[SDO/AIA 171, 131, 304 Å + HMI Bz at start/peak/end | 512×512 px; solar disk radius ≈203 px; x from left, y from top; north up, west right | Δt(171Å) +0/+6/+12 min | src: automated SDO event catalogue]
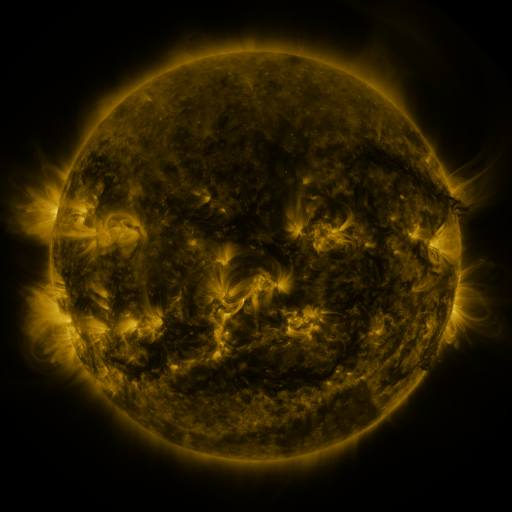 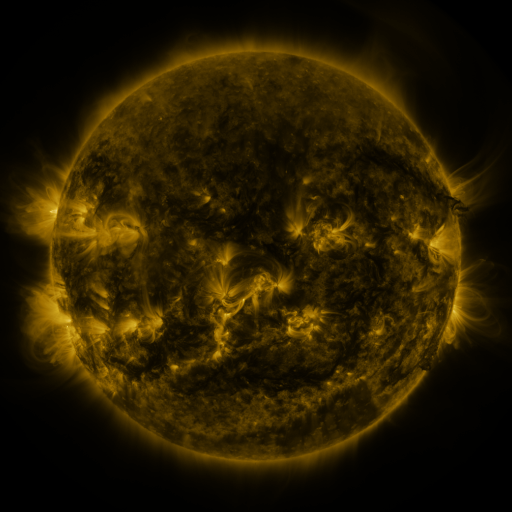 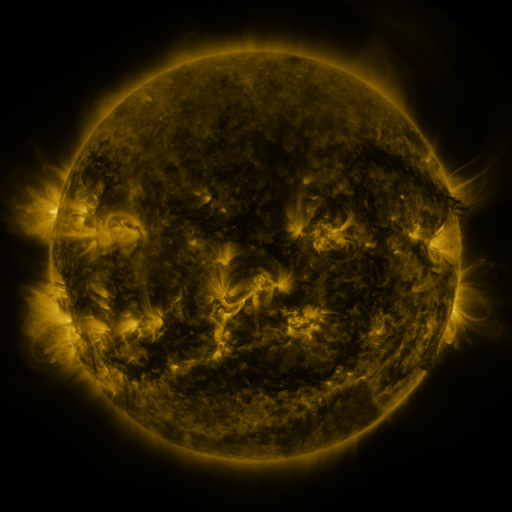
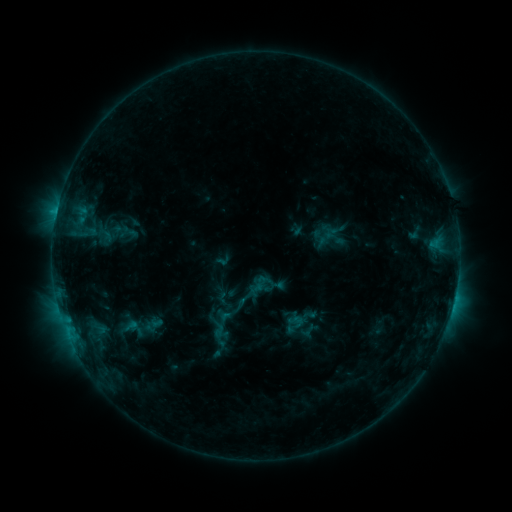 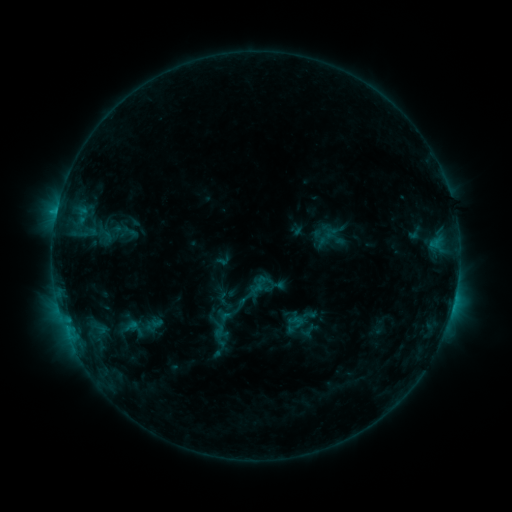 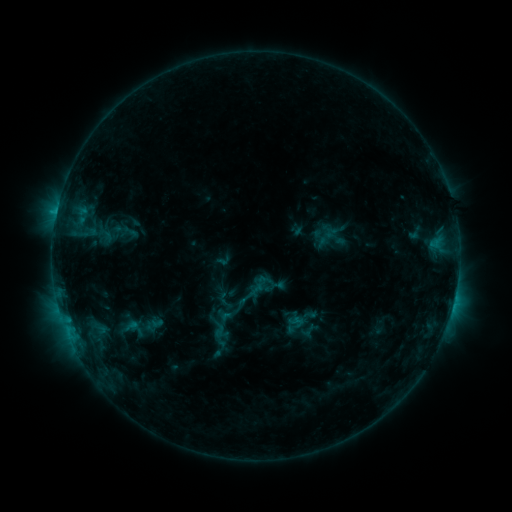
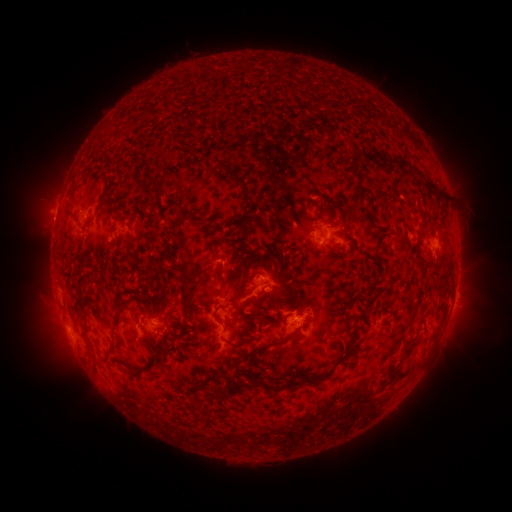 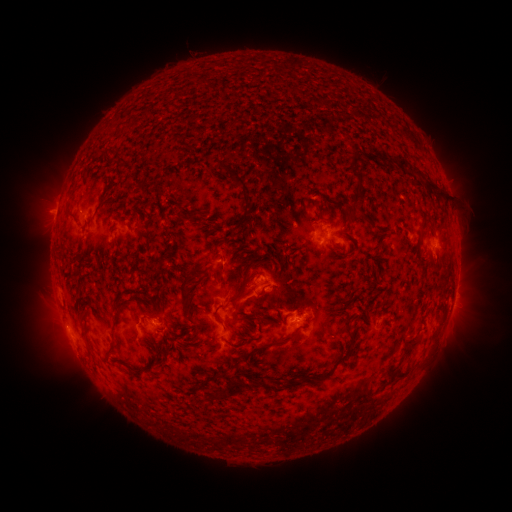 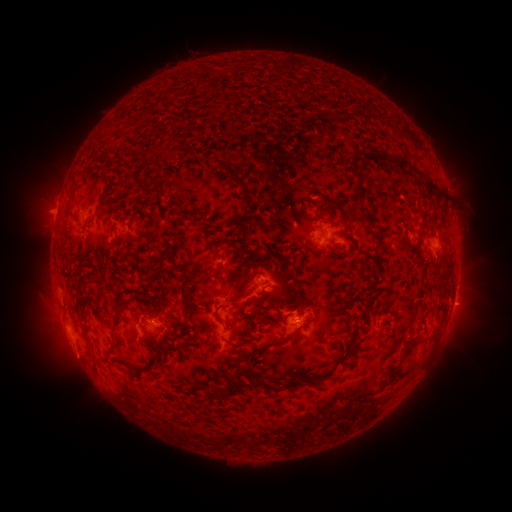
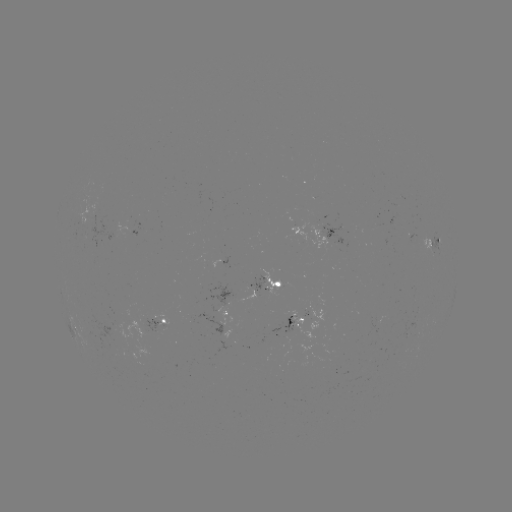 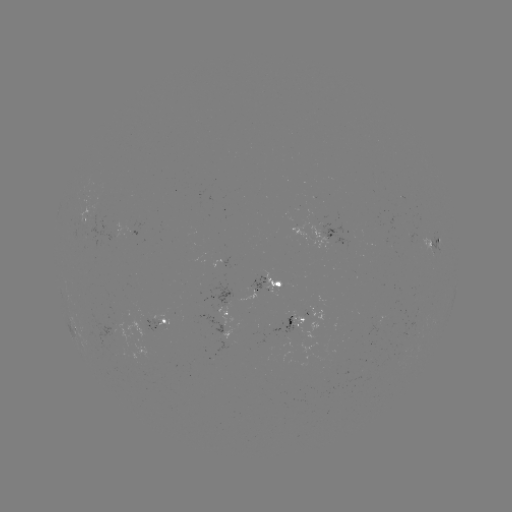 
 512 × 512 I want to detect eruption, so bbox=[439, 282, 488, 328].